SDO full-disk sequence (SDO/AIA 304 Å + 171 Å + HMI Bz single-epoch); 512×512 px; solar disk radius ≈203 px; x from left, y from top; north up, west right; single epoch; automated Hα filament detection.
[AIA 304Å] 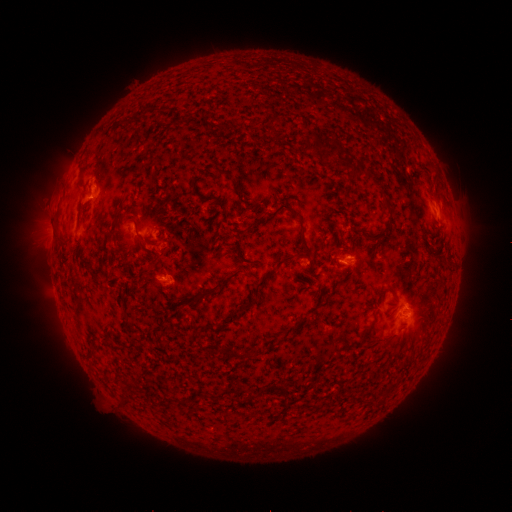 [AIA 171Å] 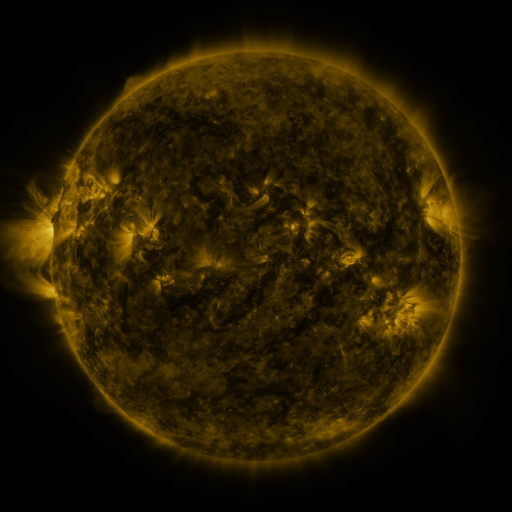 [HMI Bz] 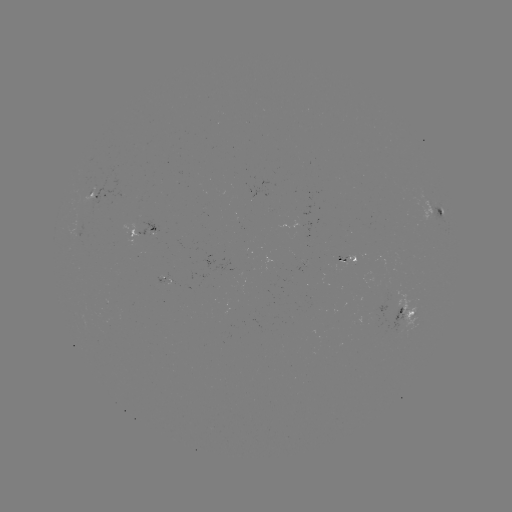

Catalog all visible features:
filament: (140, 112)
filament: (275, 119)
filament: (333, 149)
filament: (359, 168)
filament: (388, 205)
filament: (294, 209)
filament: (263, 217)
filament: (304, 240)
filament: (272, 272)
filament: (250, 305)
filament: (368, 332)
filament: (235, 353)
